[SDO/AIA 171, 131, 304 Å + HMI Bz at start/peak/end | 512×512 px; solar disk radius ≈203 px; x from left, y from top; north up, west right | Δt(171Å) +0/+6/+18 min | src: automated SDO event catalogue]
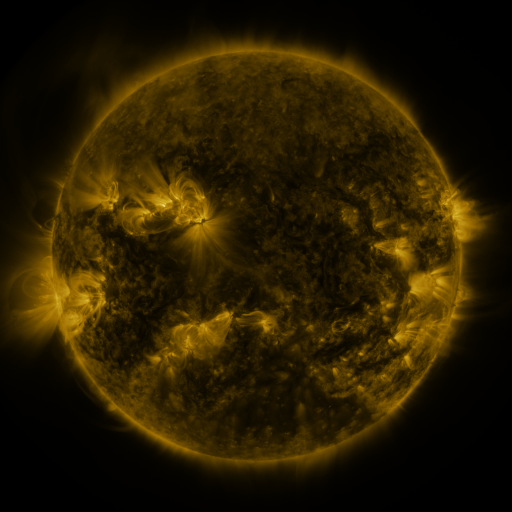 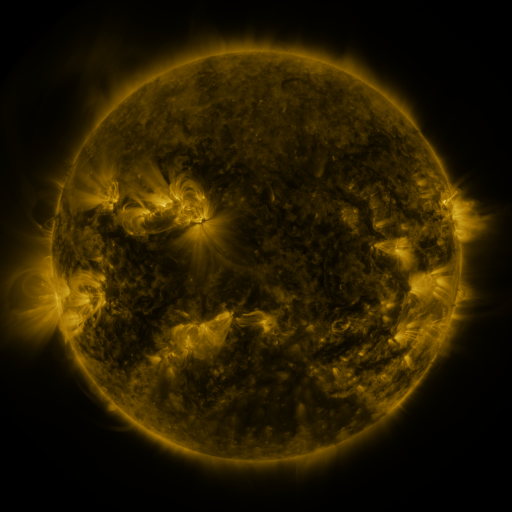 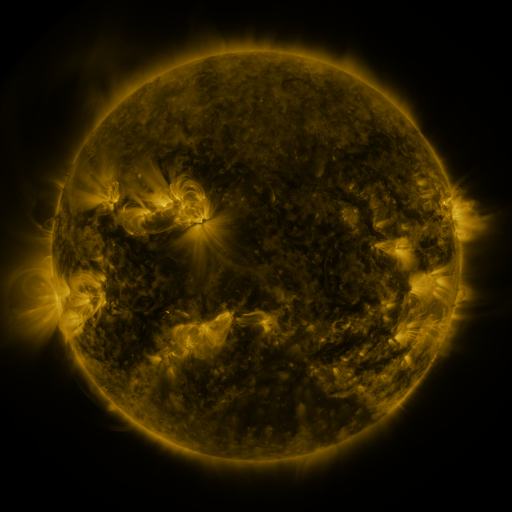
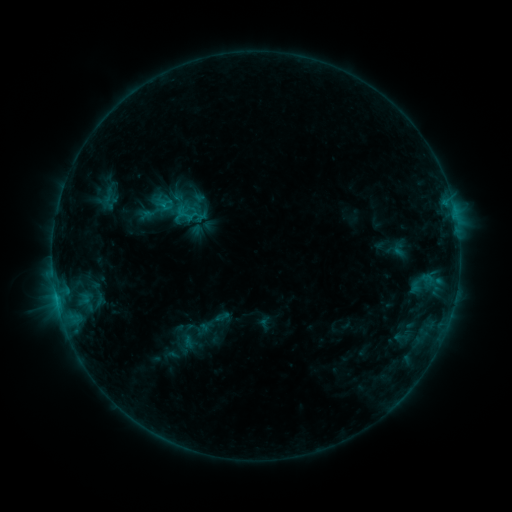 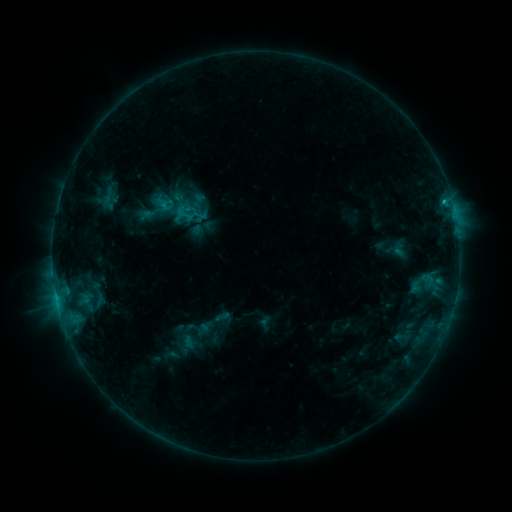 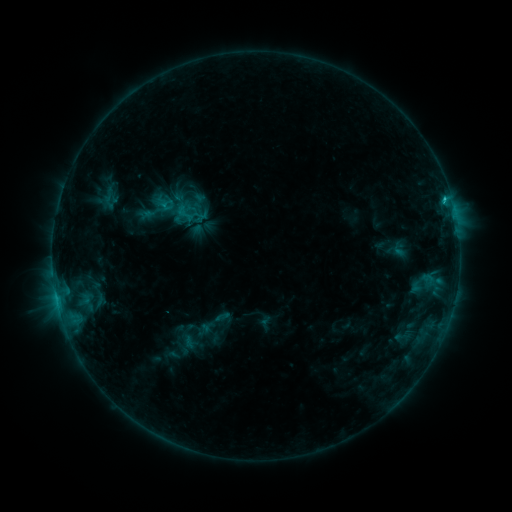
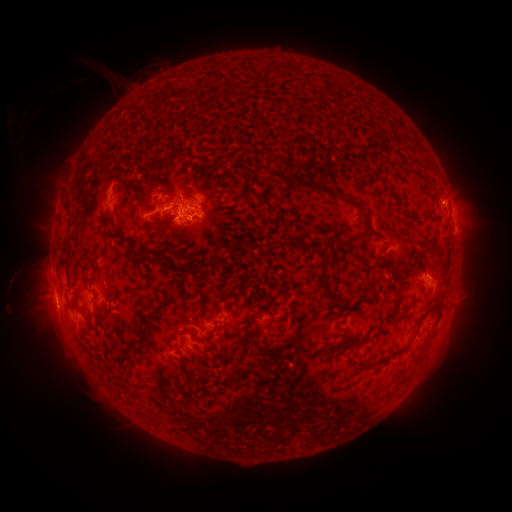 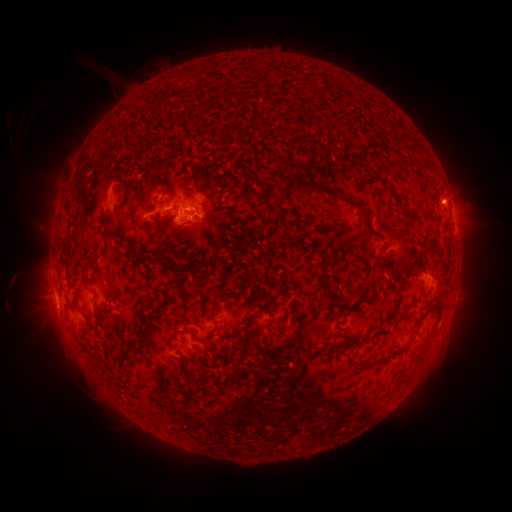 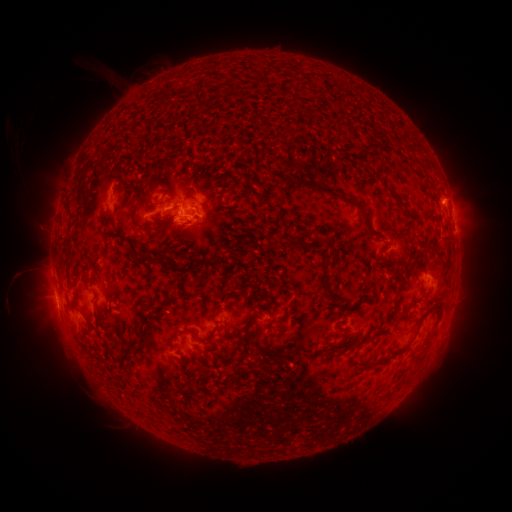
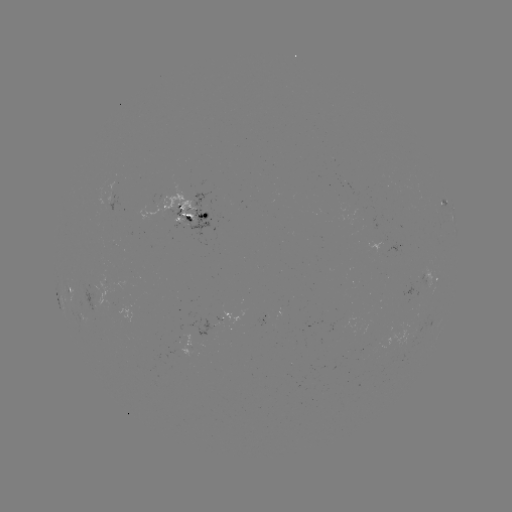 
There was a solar flare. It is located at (443, 203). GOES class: C1.5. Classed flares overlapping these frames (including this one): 1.